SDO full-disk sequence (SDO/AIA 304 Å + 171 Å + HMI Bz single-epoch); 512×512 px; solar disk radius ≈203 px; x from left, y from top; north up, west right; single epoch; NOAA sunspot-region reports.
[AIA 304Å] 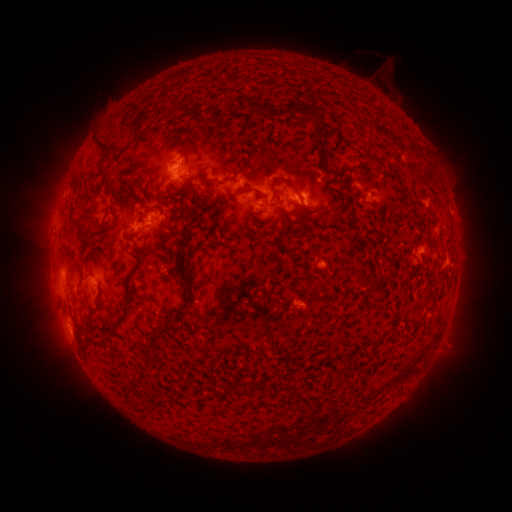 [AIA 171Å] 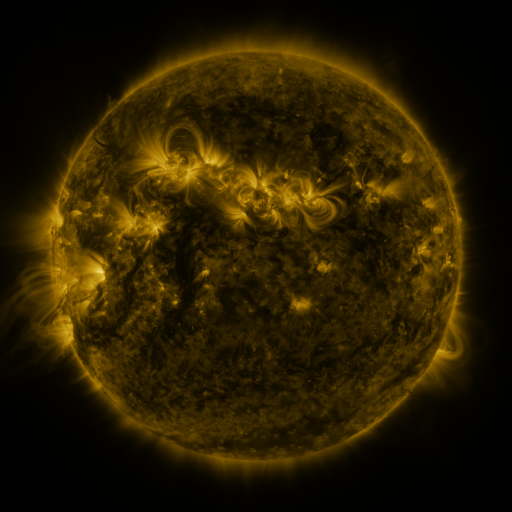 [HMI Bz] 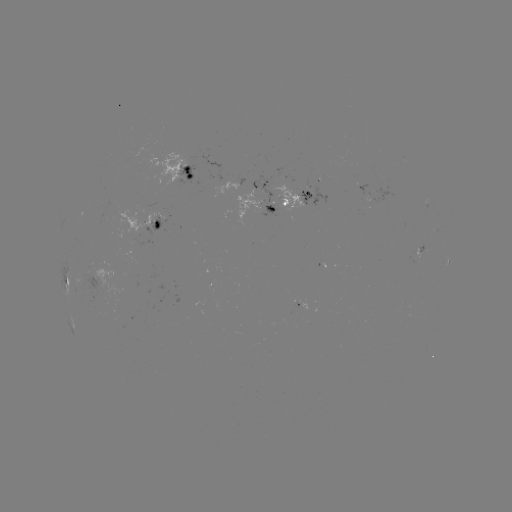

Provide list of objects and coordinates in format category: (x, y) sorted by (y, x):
spotted active region: (180, 173)
spotted active region: (262, 184)
spotted active region: (283, 198)
spotted active region: (148, 225)
spotted active region: (67, 284)
